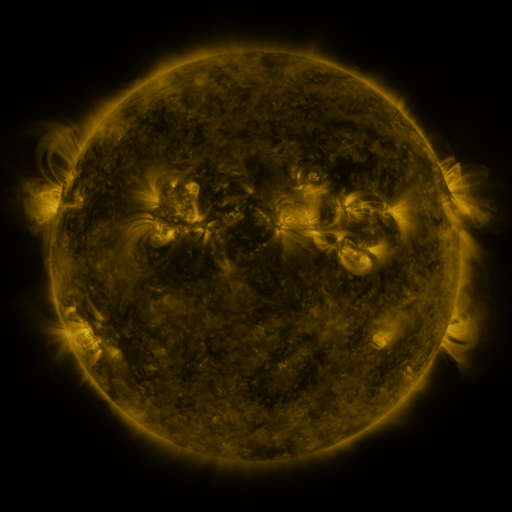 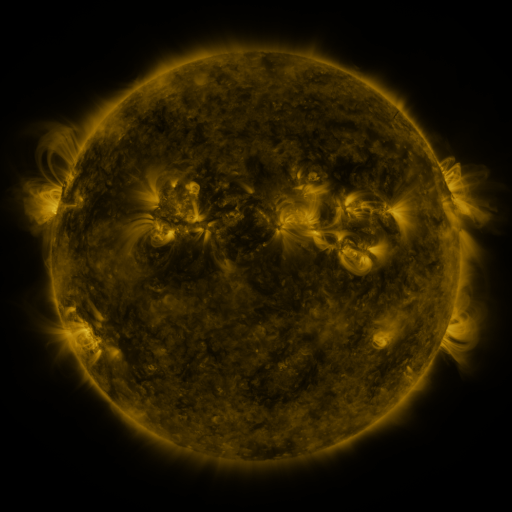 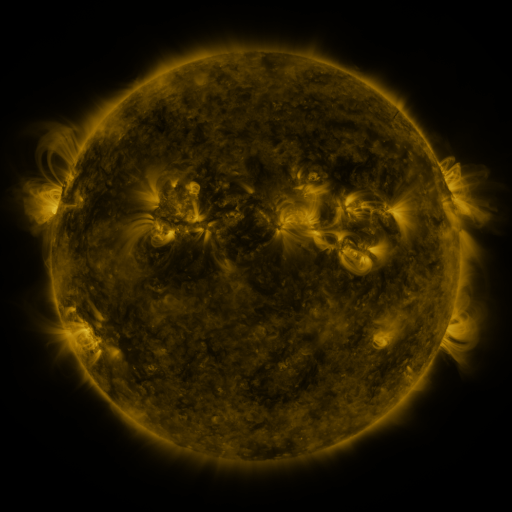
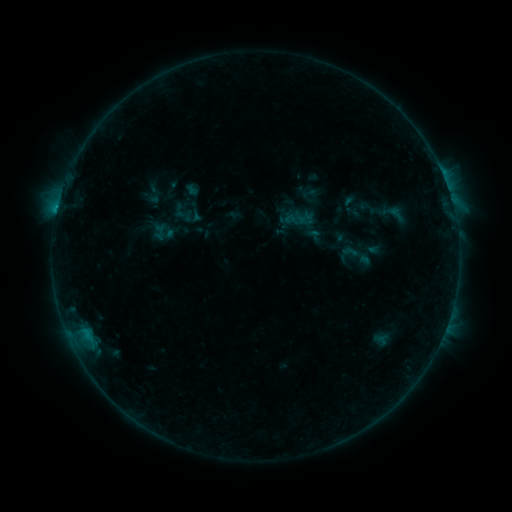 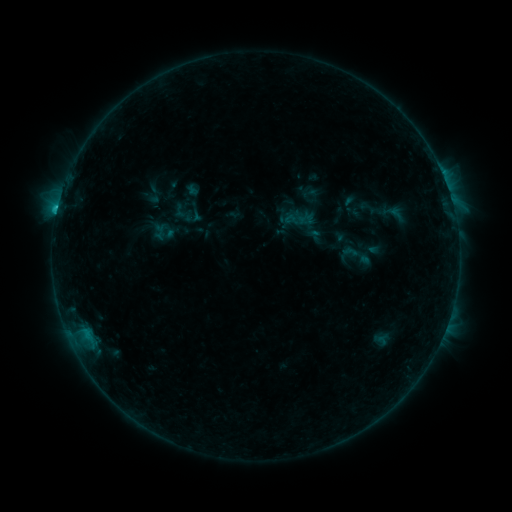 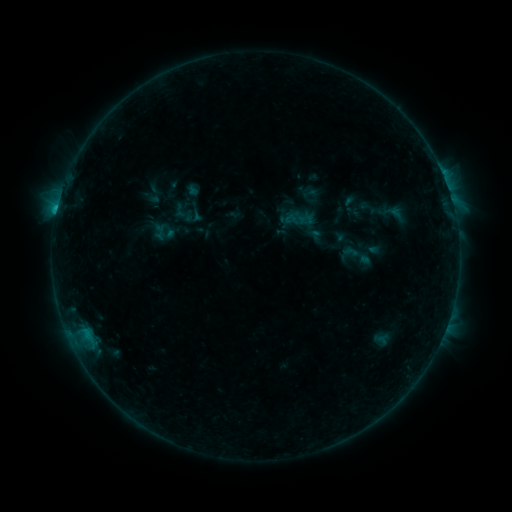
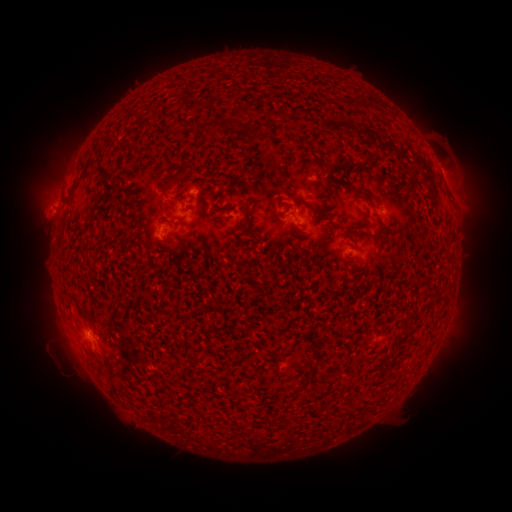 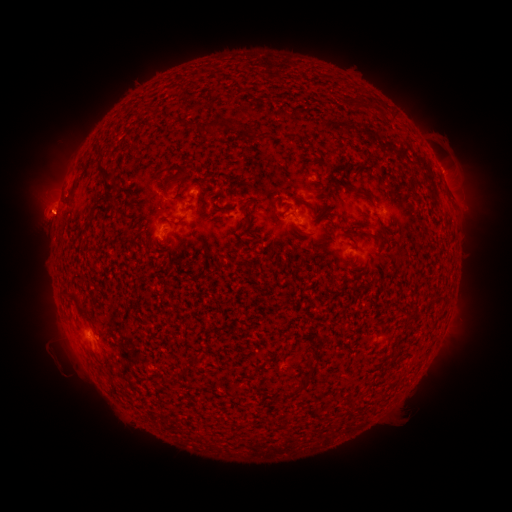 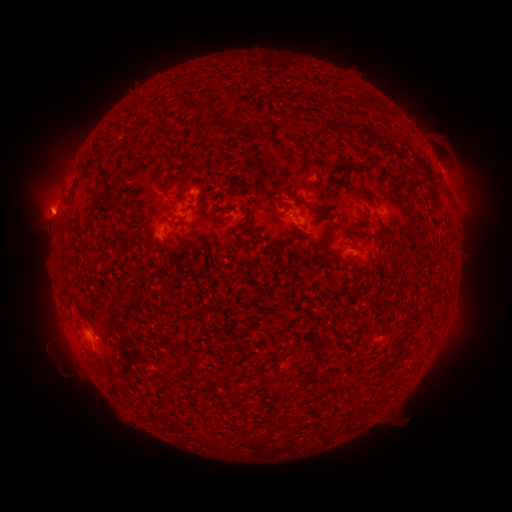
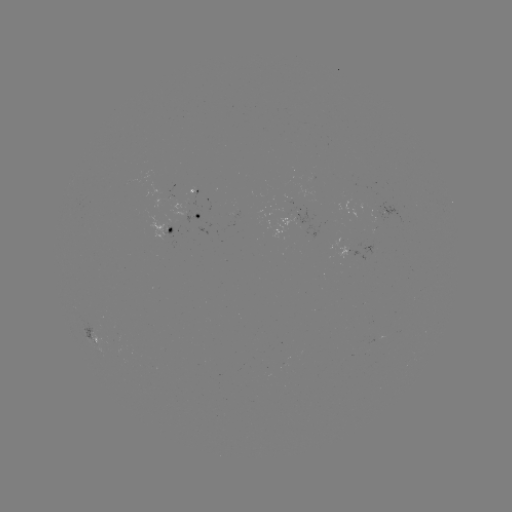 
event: flare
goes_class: C1.1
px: (58, 211)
